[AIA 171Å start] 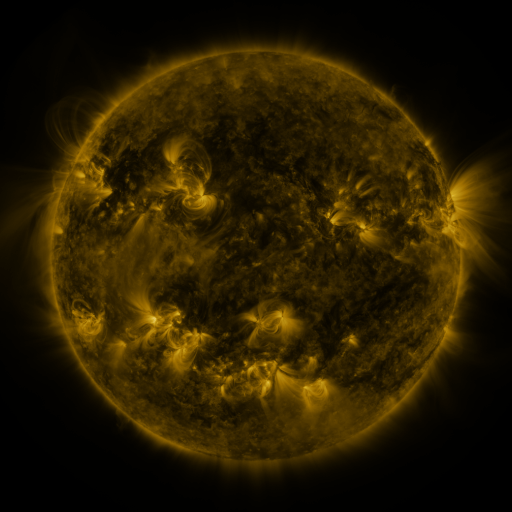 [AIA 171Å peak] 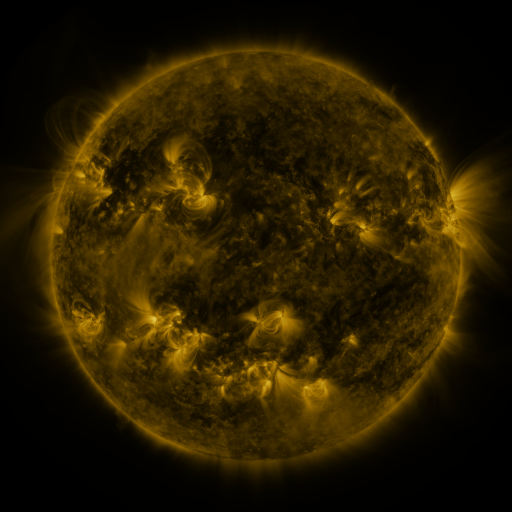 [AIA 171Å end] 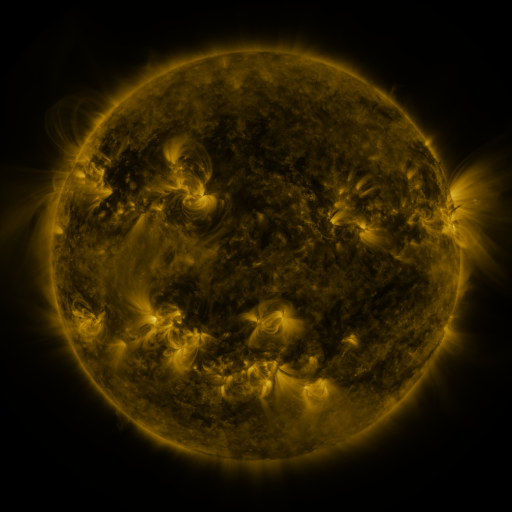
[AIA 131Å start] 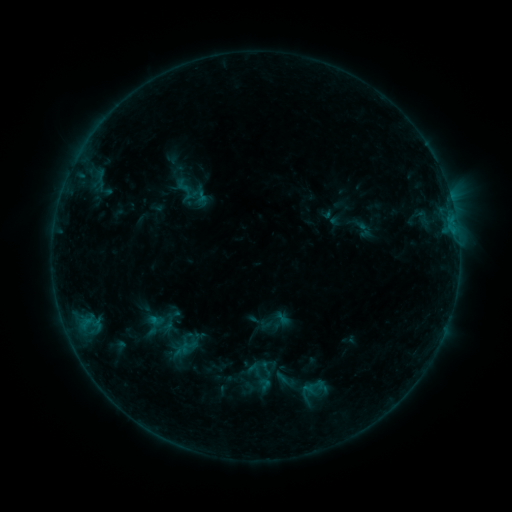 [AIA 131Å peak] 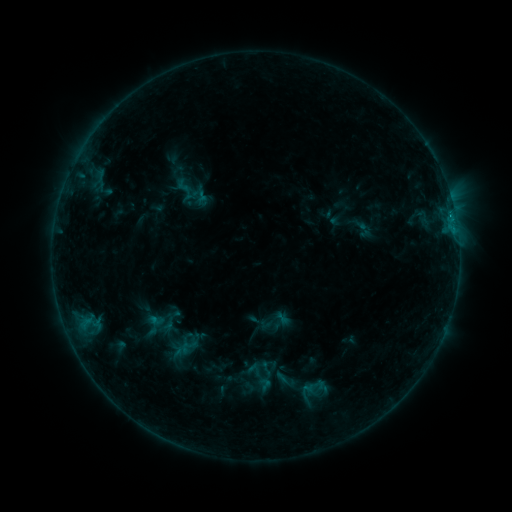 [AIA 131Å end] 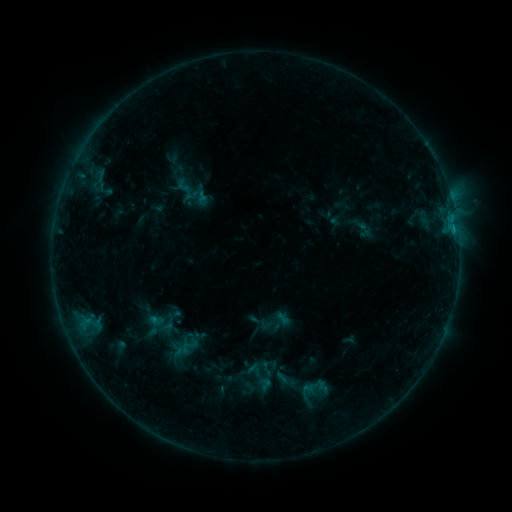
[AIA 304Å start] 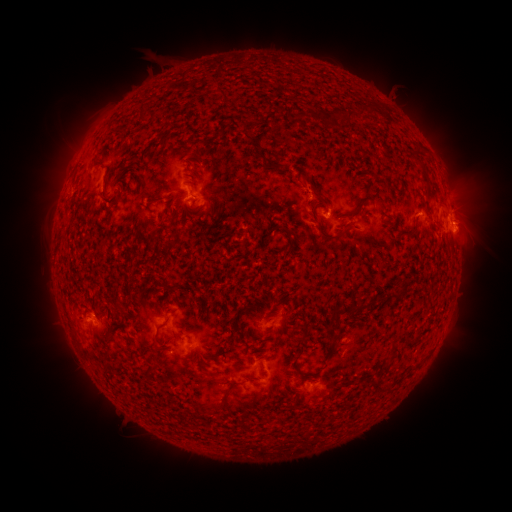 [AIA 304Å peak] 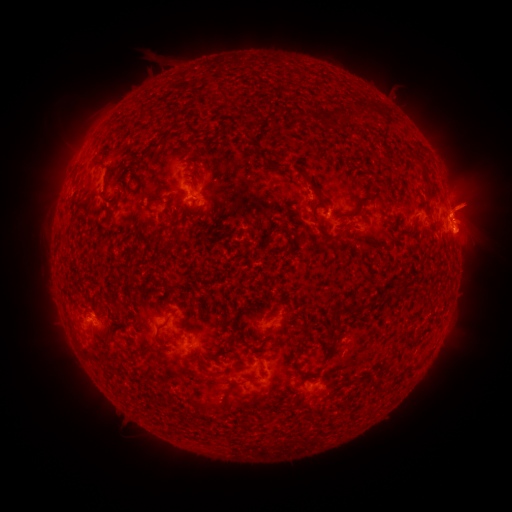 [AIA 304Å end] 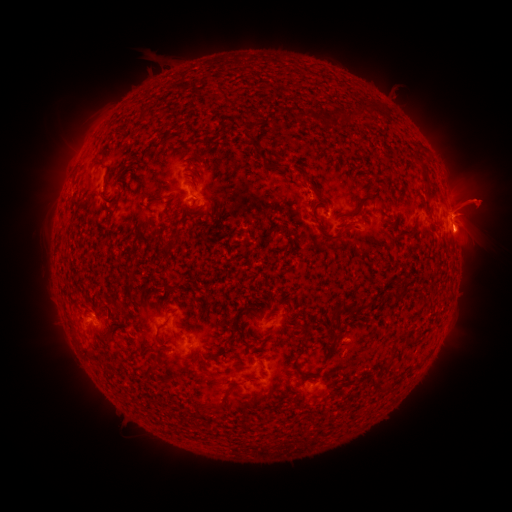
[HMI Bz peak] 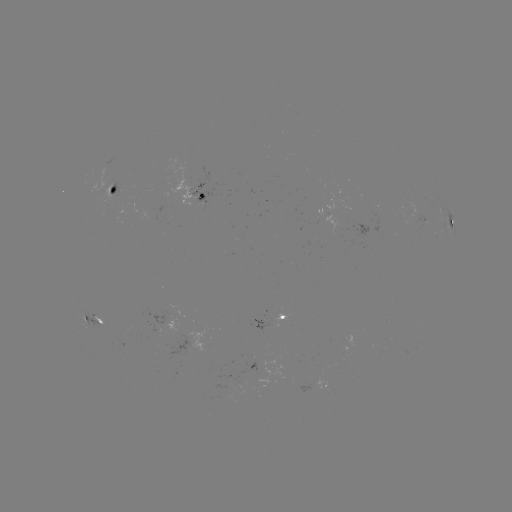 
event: flare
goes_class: B8.5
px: (449, 215)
